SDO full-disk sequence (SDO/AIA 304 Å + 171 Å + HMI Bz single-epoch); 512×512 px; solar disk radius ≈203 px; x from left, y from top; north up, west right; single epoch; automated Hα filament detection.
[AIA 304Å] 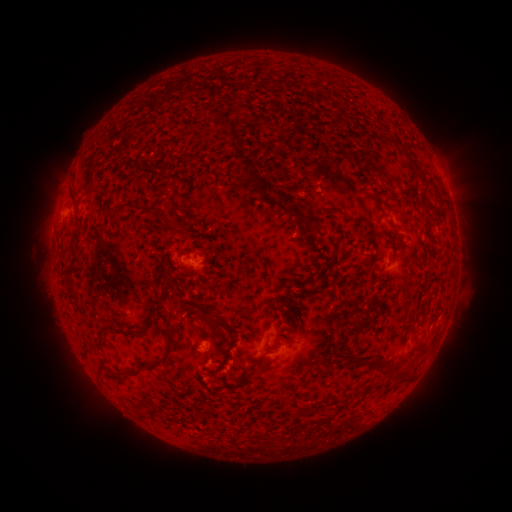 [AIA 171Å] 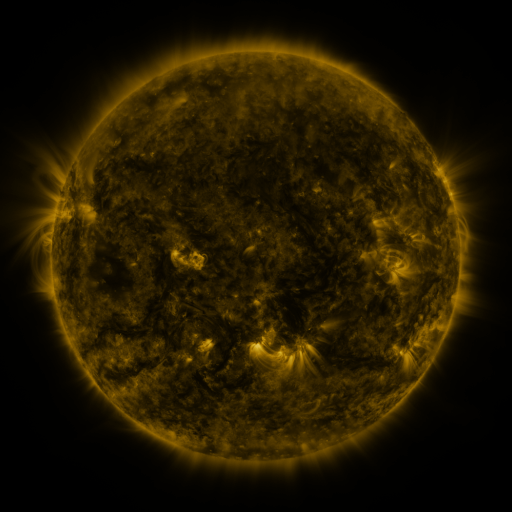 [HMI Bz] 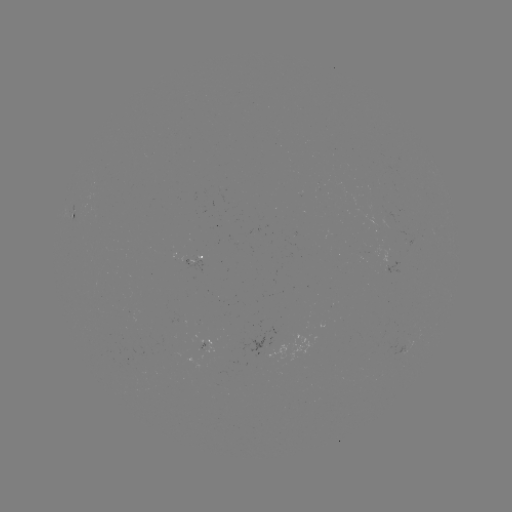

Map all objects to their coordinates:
filament: (227, 125)
filament: (333, 125)
filament: (387, 139)
filament: (411, 160)
filament: (366, 161)
filament: (269, 188)
filament: (438, 195)
filament: (73, 198)
filament: (287, 211)
filament: (112, 213)
filament: (80, 225)
filament: (170, 225)
filament: (319, 248)
filament: (205, 252)
filament: (390, 256)
filament: (73, 264)
filament: (163, 275)
filament: (162, 303)
filament: (200, 308)
filament: (420, 311)
filament: (151, 322)
filament: (363, 324)
filament: (123, 332)
filament: (342, 345)
filament: (198, 346)
filament: (354, 361)
filament: (162, 362)
filament: (389, 372)
filament: (247, 379)
